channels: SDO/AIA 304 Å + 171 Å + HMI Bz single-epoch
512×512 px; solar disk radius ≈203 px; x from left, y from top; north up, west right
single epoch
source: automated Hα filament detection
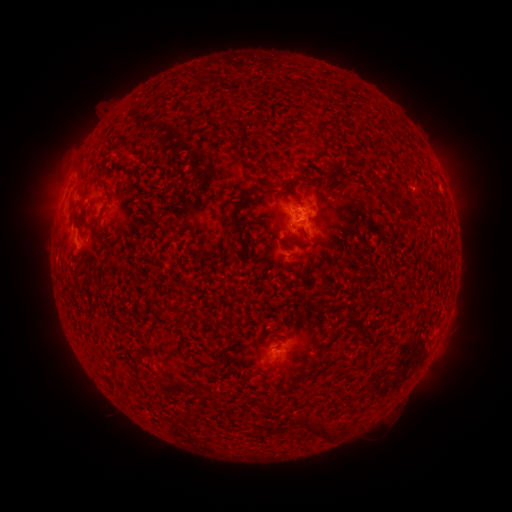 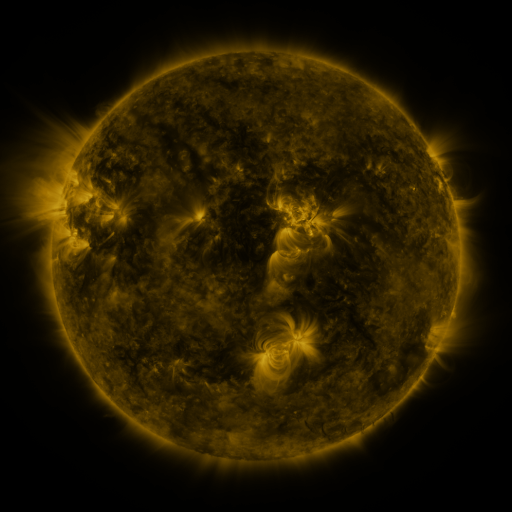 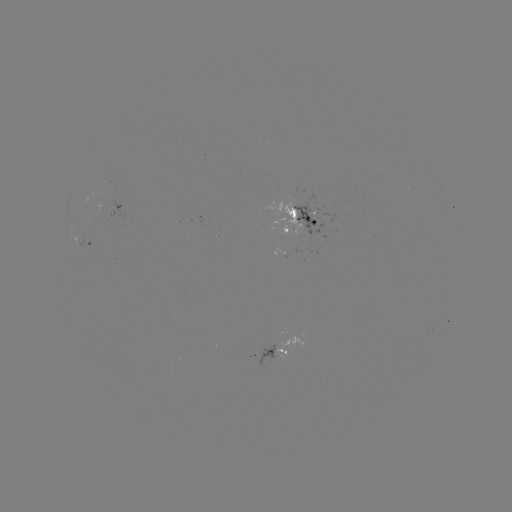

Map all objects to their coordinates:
filament: (120, 173)
filament: (321, 199)
filament: (414, 201)
filament: (357, 202)
filament: (250, 215)
filament: (402, 252)
filament: (409, 272)
filament: (161, 282)
filament: (412, 290)
filament: (235, 362)
filament: (244, 388)
filament: (295, 396)
filament: (247, 437)
filament: (275, 449)
